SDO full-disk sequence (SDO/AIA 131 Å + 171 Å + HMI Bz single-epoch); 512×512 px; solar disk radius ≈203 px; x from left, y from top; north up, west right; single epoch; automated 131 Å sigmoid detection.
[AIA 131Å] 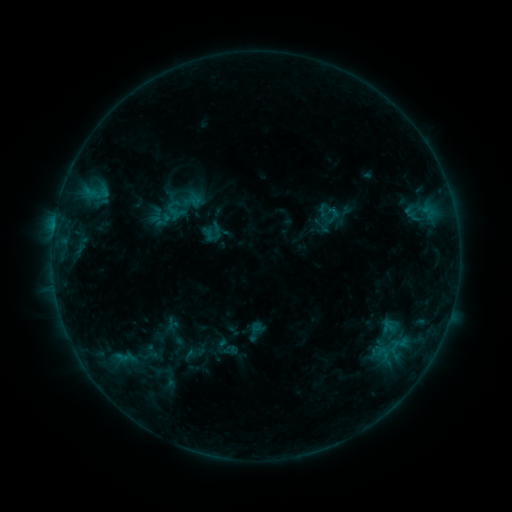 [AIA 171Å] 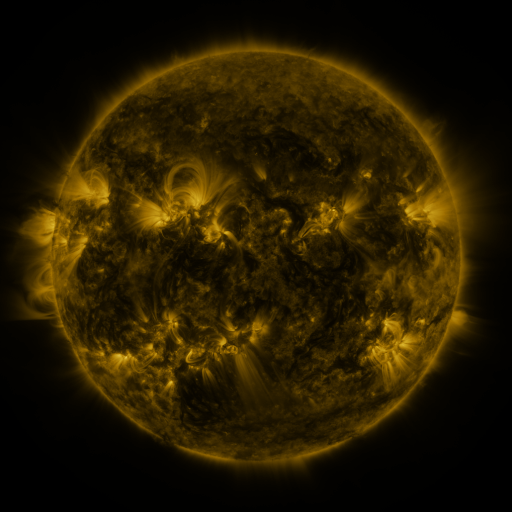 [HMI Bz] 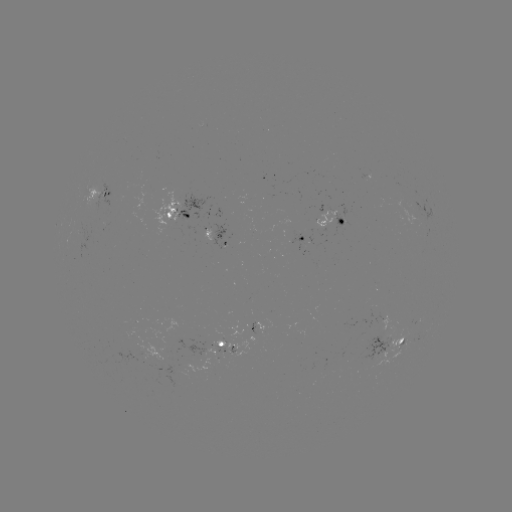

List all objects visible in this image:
sigmoid: (333, 217)
sigmoid: (257, 328)
